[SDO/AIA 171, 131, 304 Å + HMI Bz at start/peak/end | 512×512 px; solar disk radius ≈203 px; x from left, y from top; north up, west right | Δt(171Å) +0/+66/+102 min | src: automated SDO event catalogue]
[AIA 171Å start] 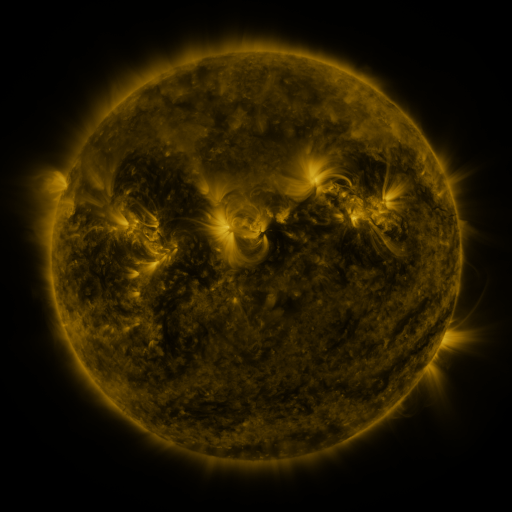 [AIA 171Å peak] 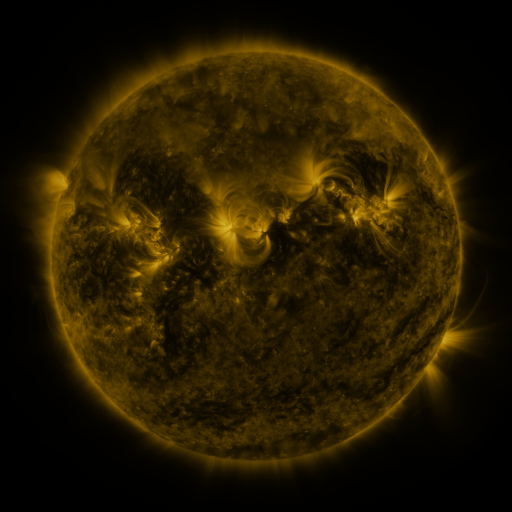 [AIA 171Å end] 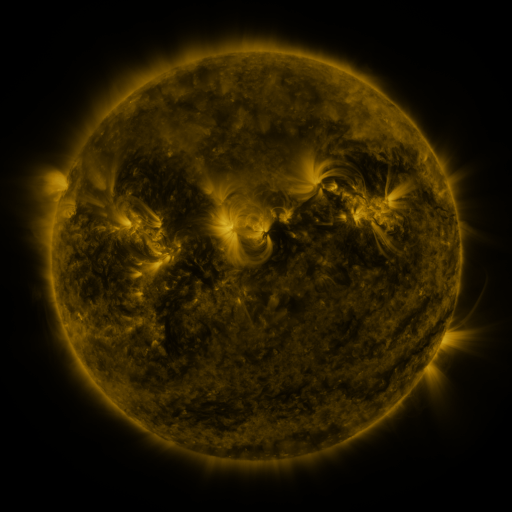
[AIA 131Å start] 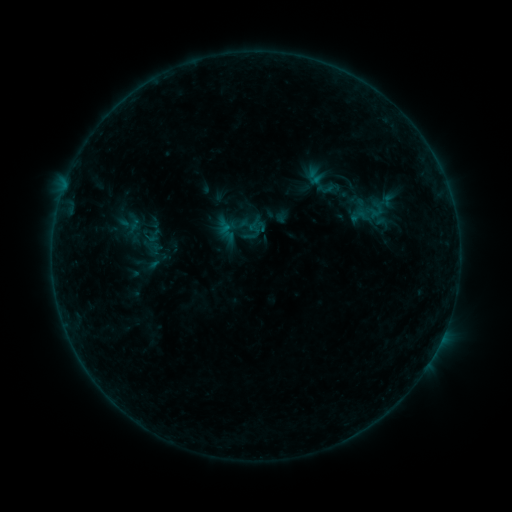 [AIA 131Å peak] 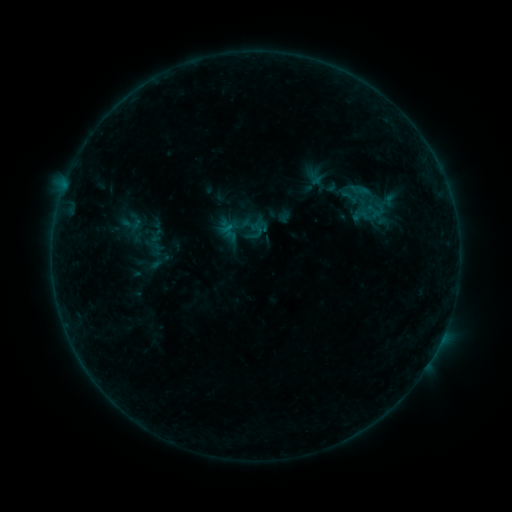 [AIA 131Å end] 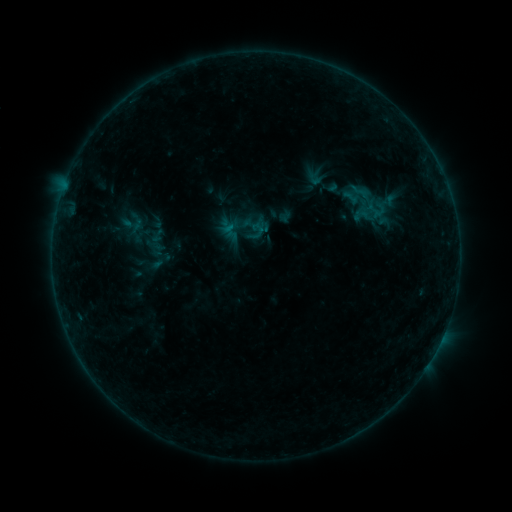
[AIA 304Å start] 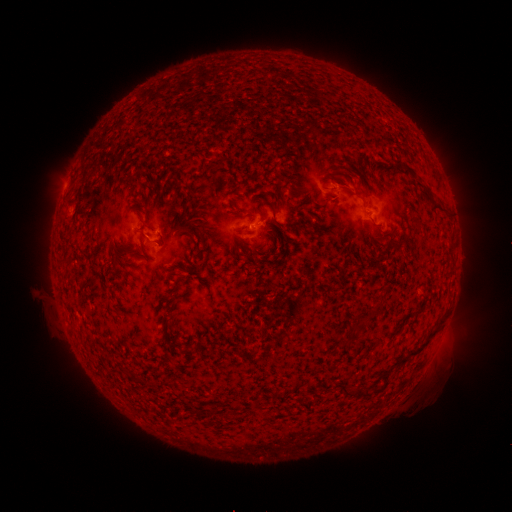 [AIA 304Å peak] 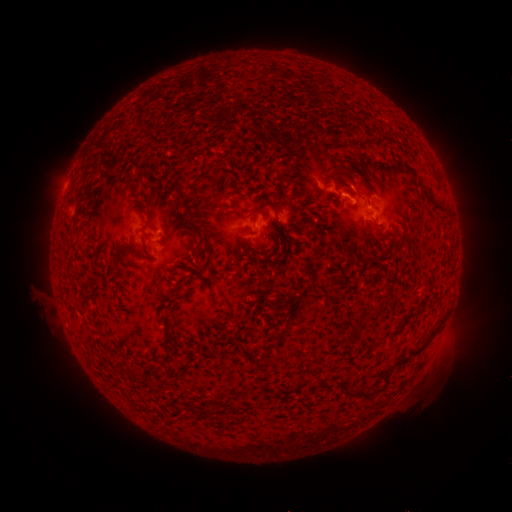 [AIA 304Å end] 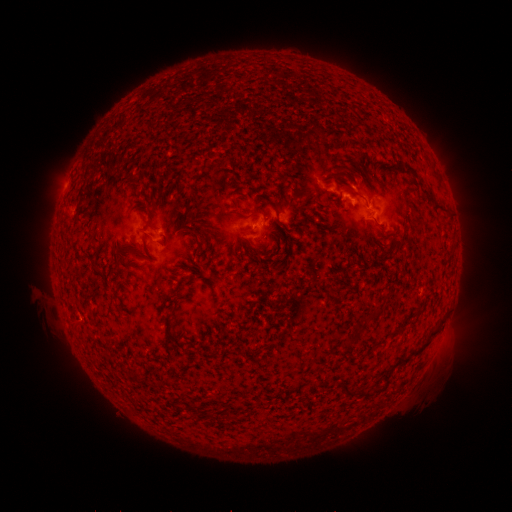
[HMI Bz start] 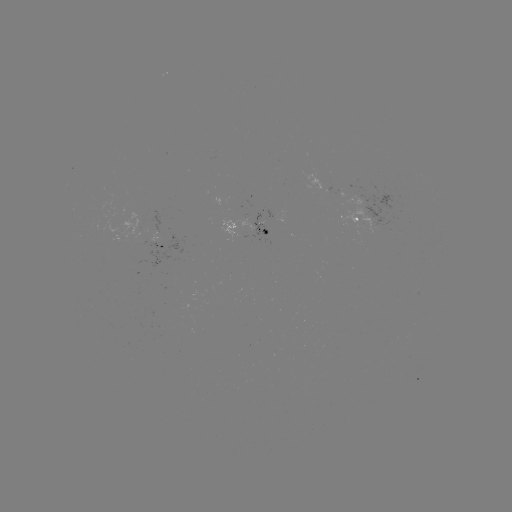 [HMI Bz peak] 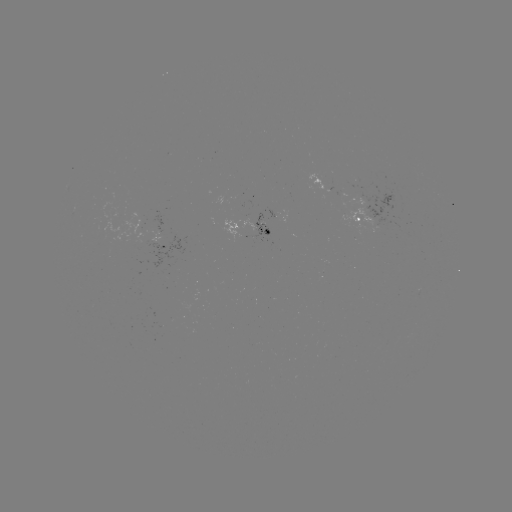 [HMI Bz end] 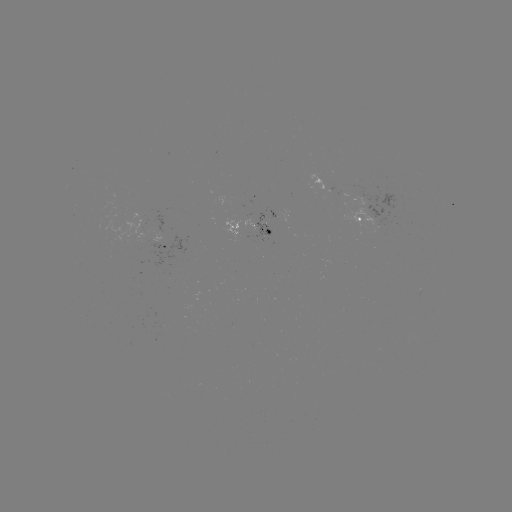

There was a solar flare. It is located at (361, 193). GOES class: B6.0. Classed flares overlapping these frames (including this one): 1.